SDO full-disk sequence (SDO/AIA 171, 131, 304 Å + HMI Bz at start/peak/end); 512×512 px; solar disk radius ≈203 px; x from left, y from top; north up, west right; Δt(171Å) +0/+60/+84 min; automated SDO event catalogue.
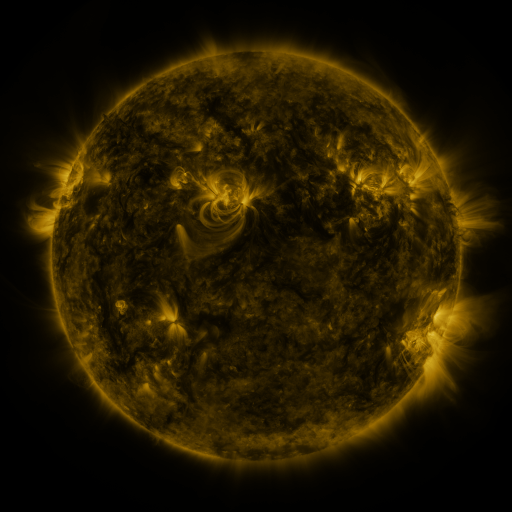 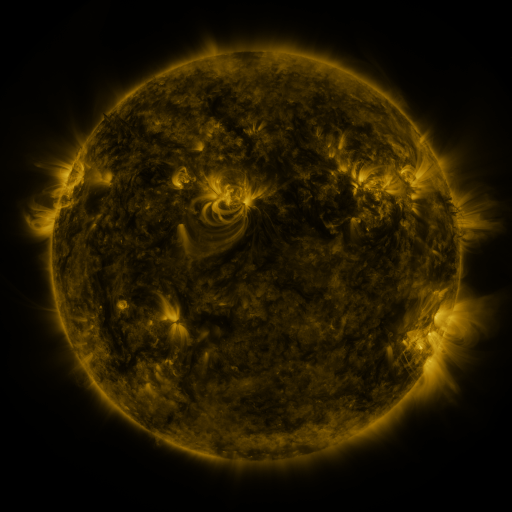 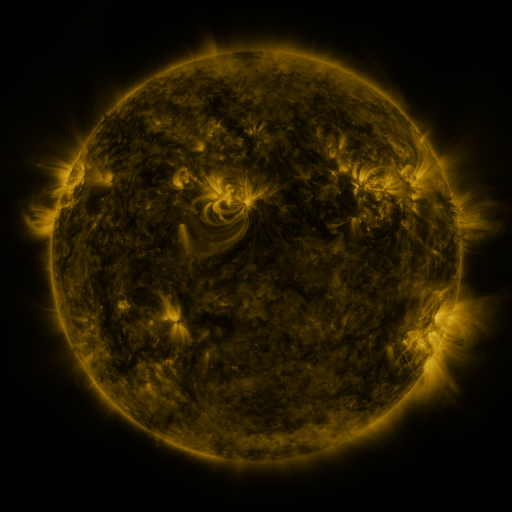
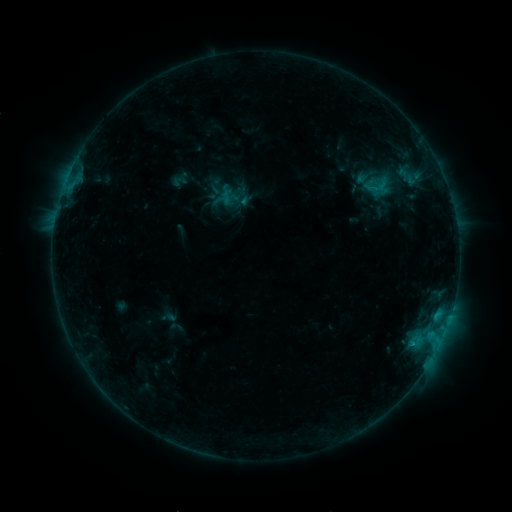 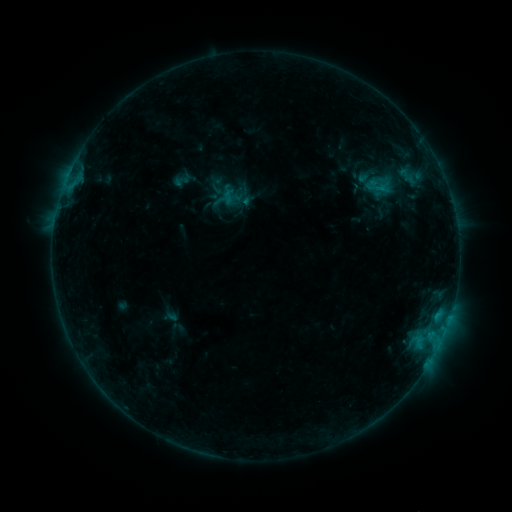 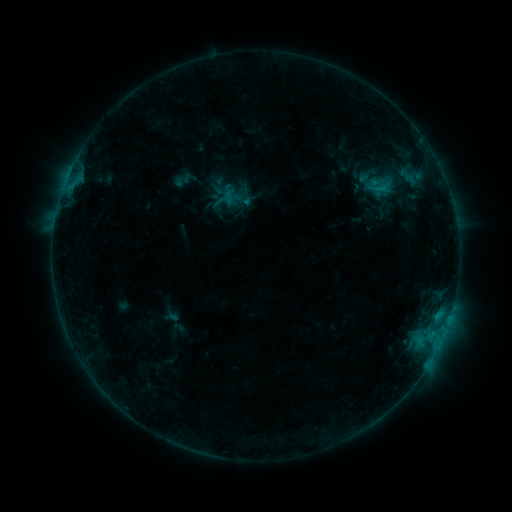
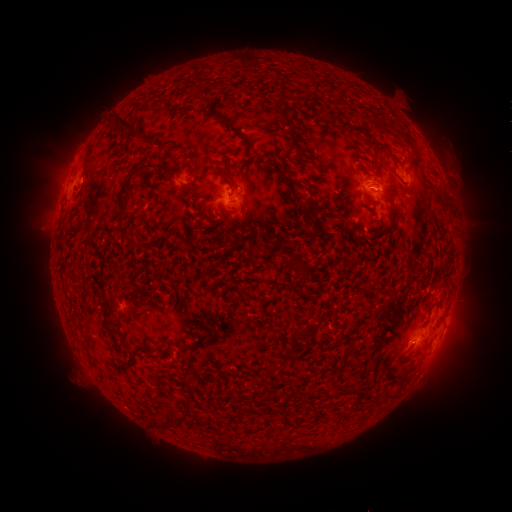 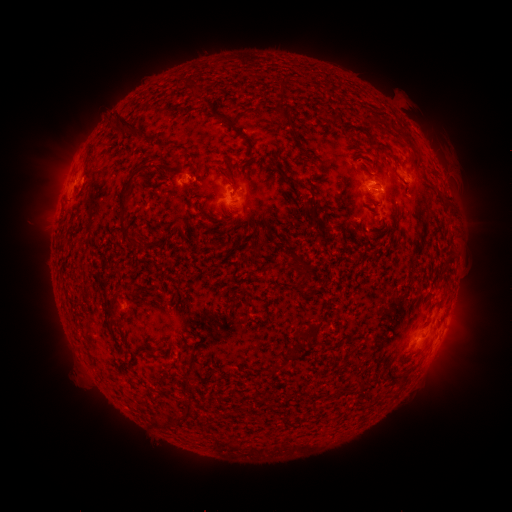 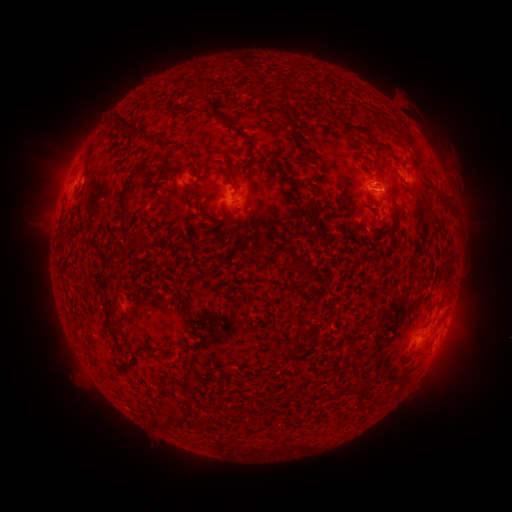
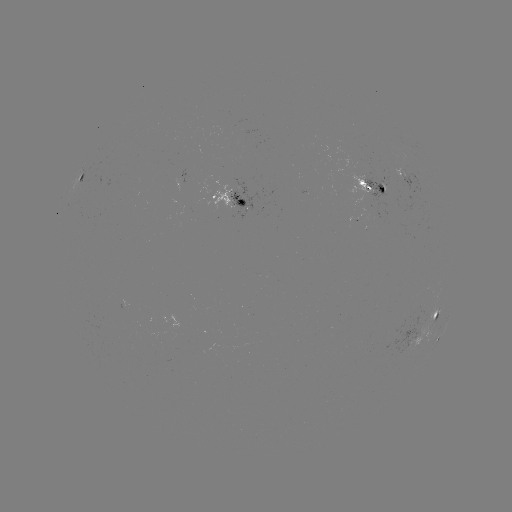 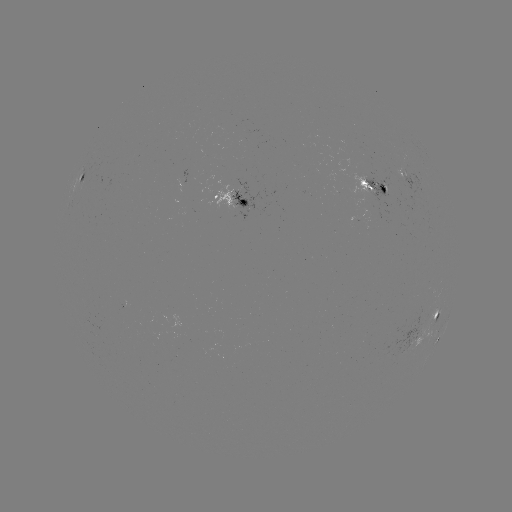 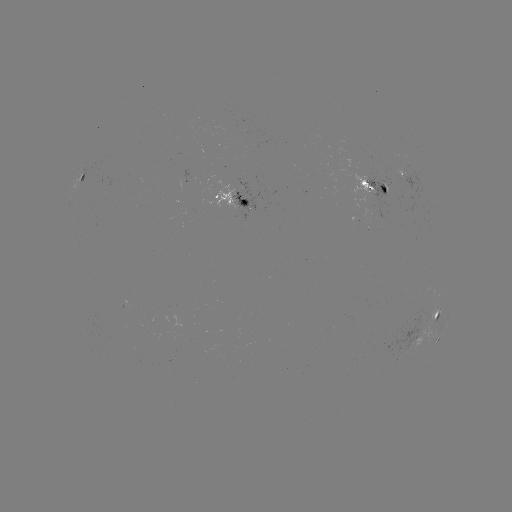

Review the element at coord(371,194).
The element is emerging-flux region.